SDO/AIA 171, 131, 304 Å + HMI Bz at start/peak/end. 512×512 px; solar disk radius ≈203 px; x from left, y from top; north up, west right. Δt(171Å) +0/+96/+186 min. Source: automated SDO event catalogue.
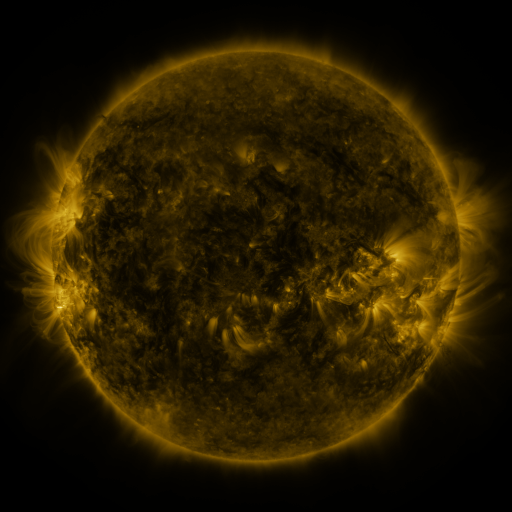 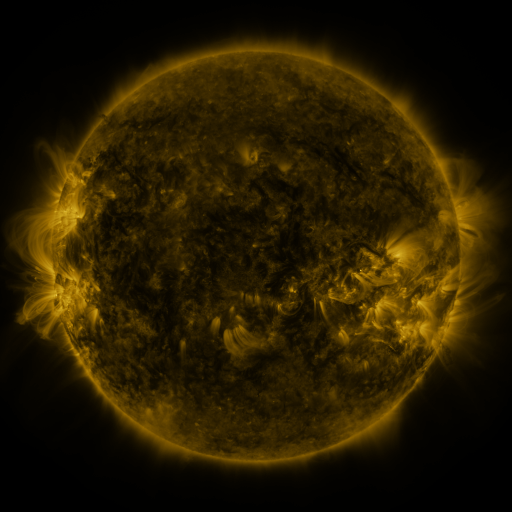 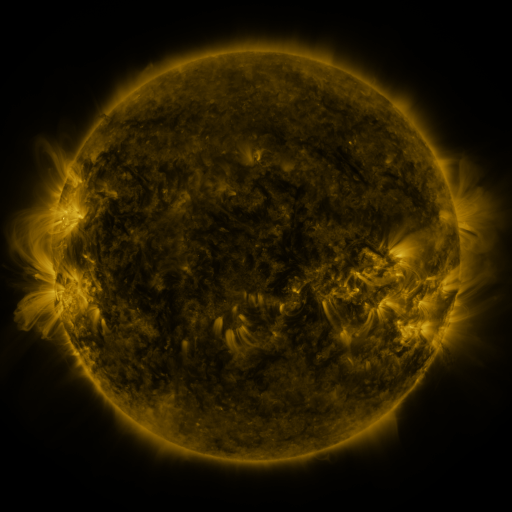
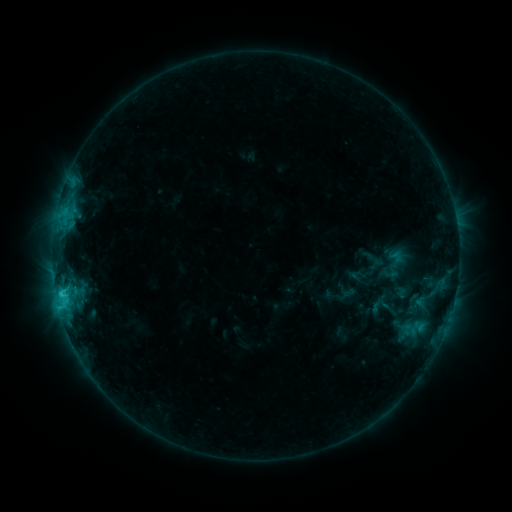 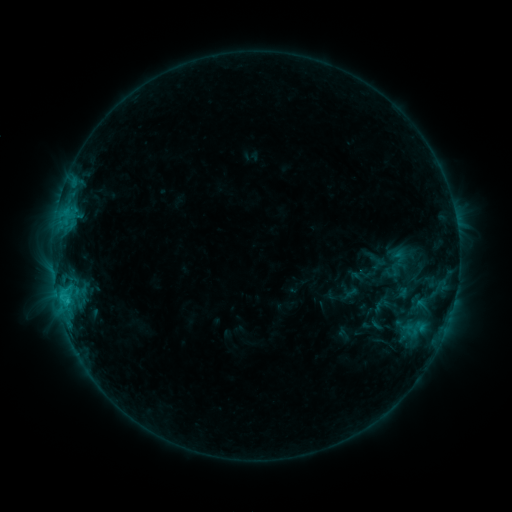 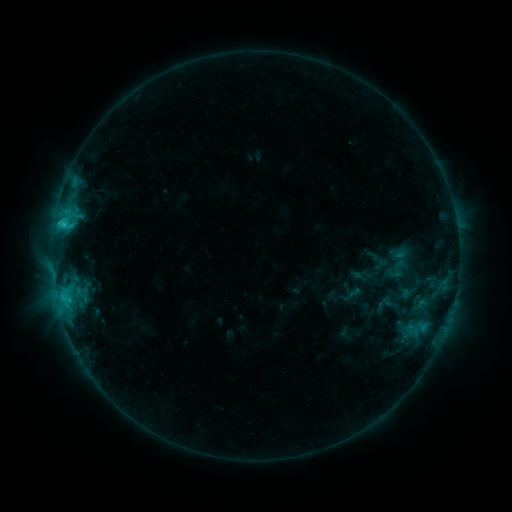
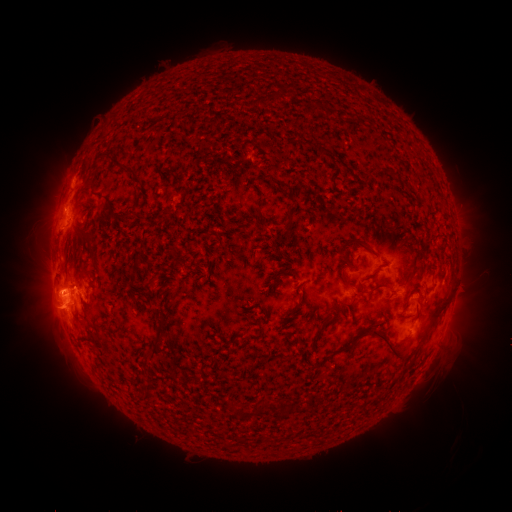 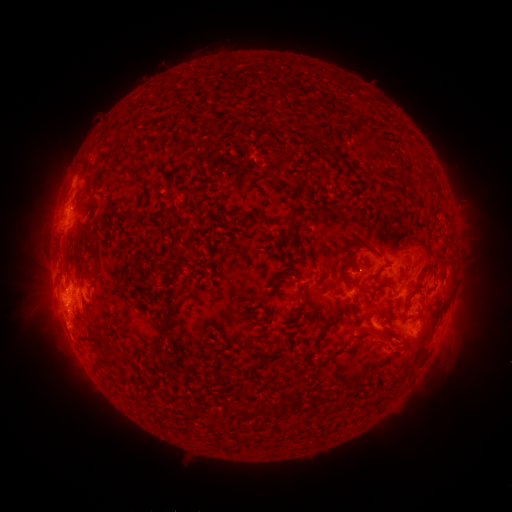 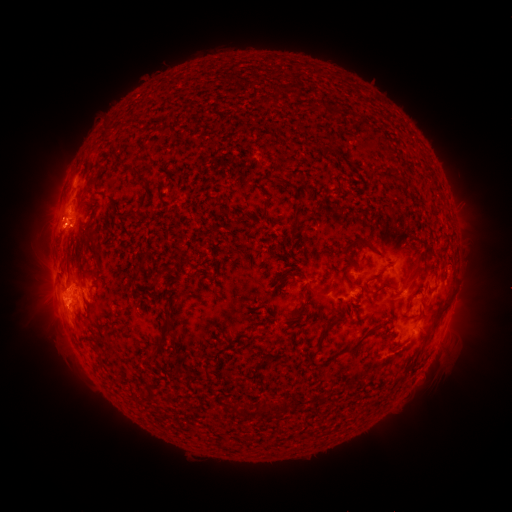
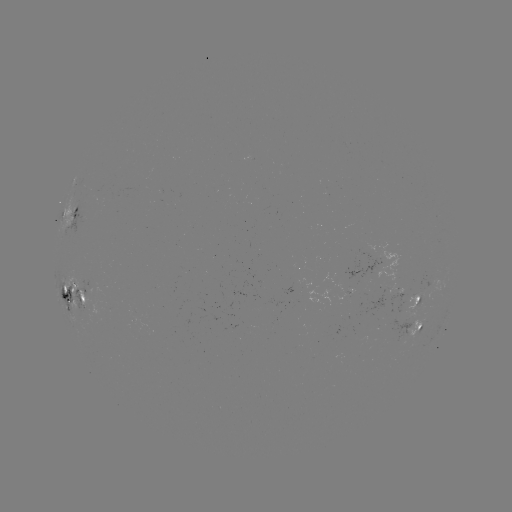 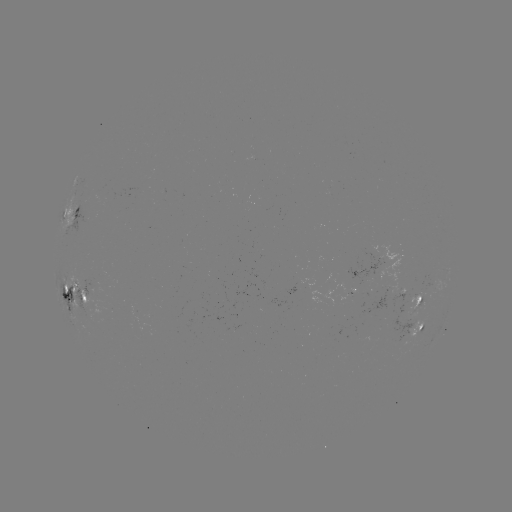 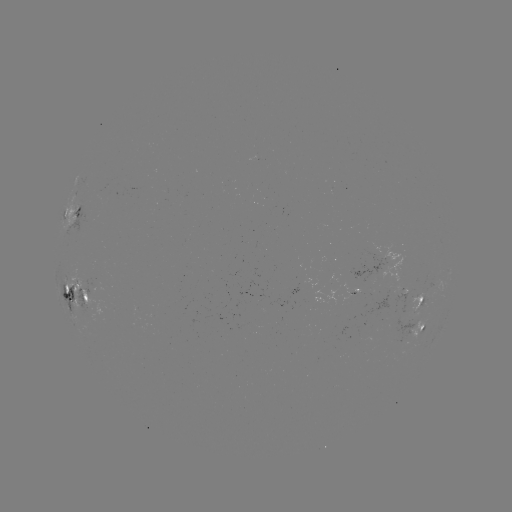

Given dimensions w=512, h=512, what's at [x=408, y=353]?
filament eruption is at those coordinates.